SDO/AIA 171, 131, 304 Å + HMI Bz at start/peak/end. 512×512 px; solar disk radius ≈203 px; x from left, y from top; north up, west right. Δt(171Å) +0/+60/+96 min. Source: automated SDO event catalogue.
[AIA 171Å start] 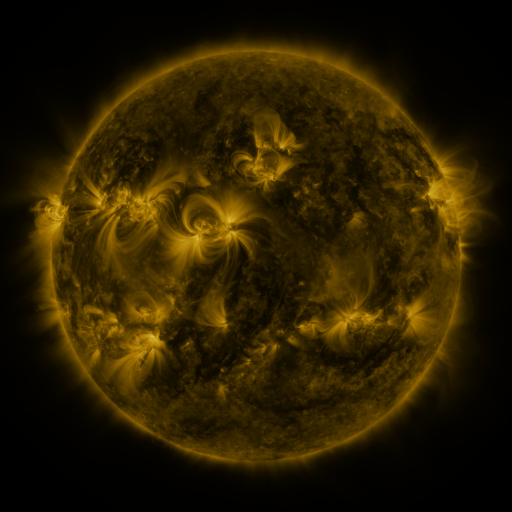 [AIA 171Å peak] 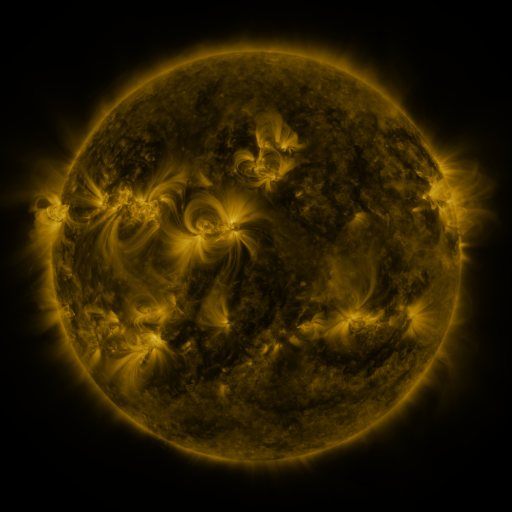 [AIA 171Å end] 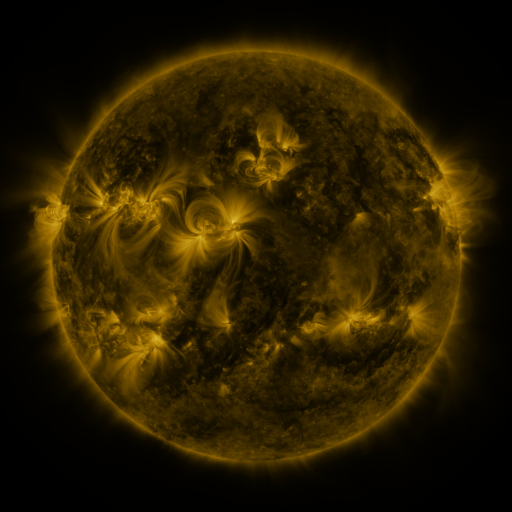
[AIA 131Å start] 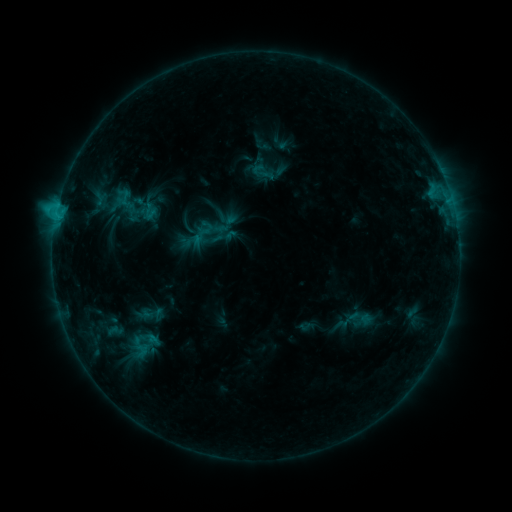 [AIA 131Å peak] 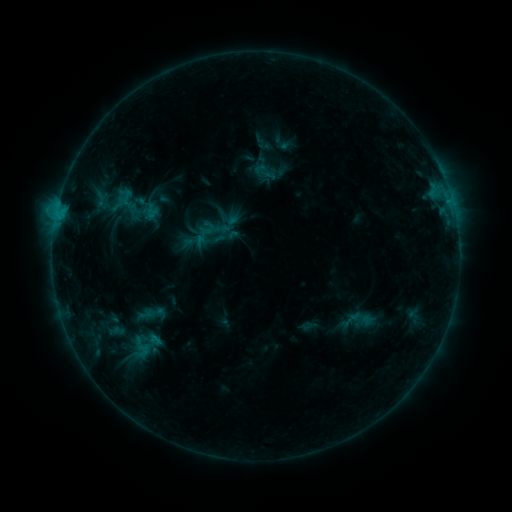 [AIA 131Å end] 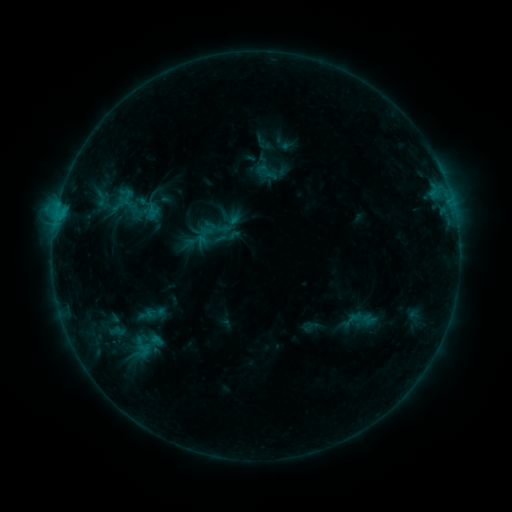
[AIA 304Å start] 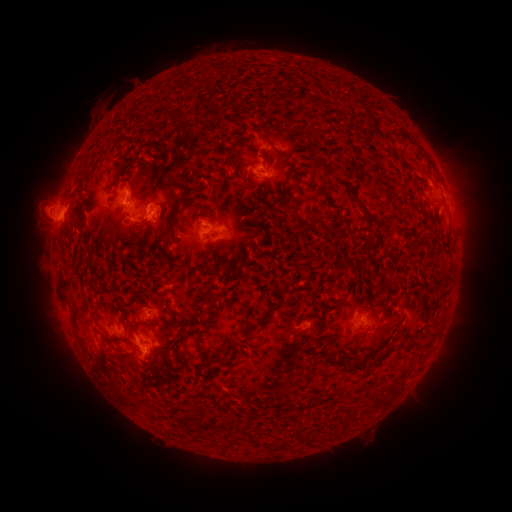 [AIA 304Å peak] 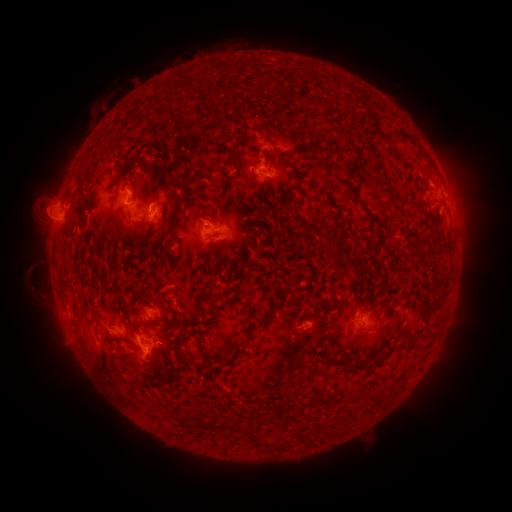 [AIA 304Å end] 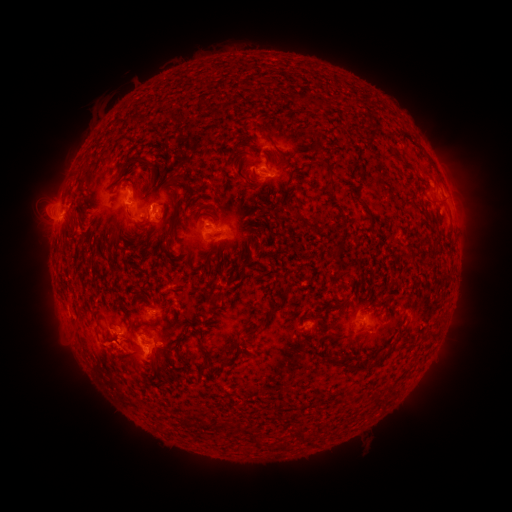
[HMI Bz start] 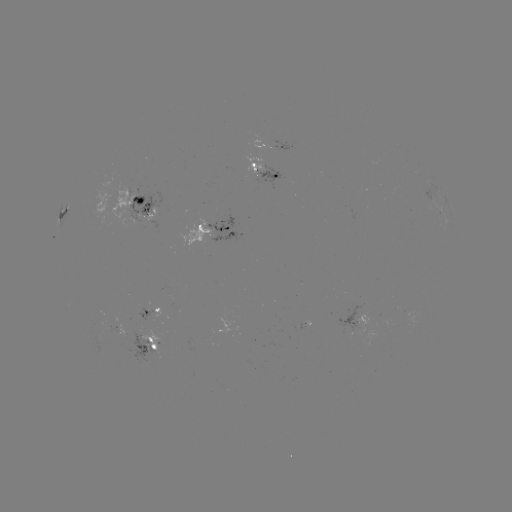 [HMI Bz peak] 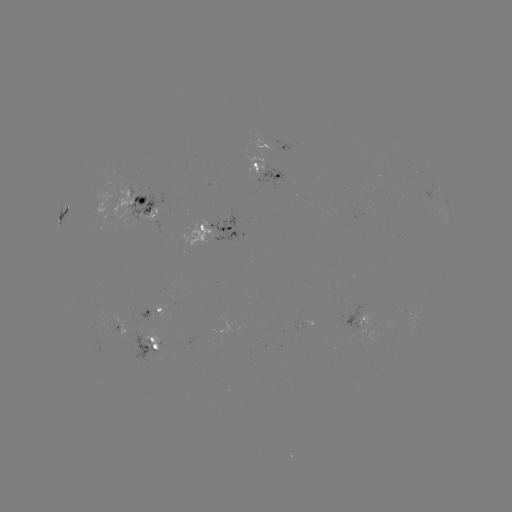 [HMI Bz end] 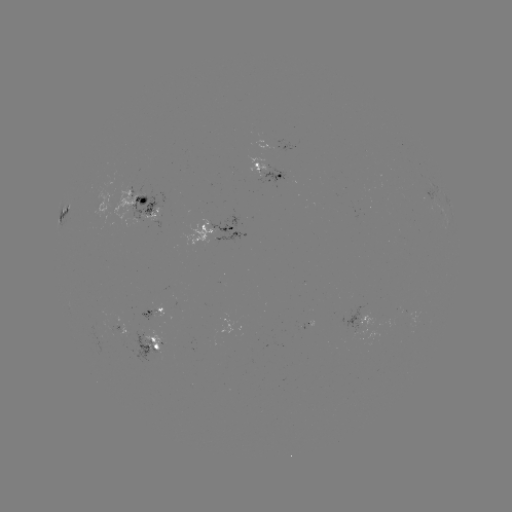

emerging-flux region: [115, 324, 132, 338]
